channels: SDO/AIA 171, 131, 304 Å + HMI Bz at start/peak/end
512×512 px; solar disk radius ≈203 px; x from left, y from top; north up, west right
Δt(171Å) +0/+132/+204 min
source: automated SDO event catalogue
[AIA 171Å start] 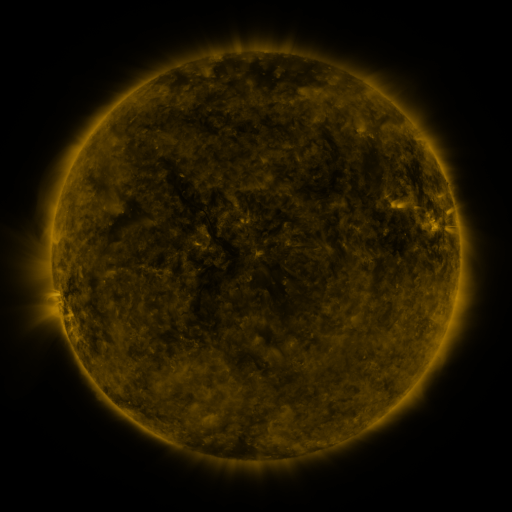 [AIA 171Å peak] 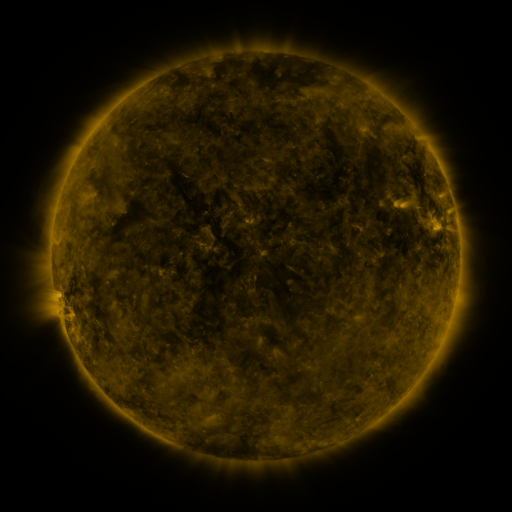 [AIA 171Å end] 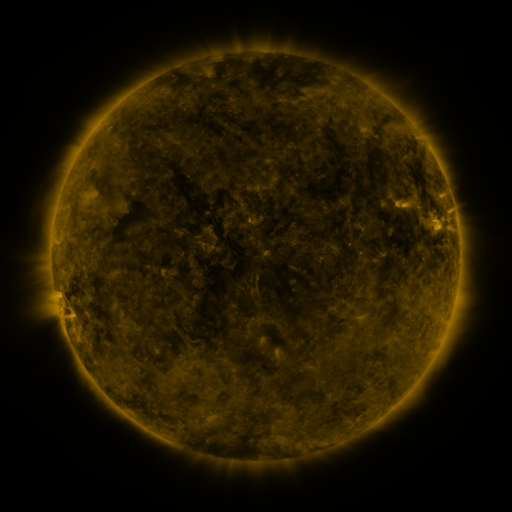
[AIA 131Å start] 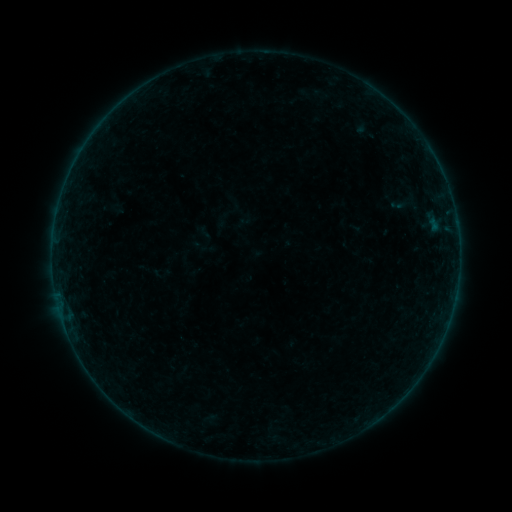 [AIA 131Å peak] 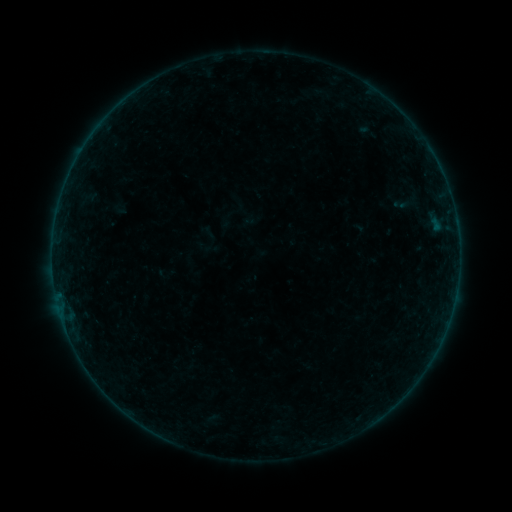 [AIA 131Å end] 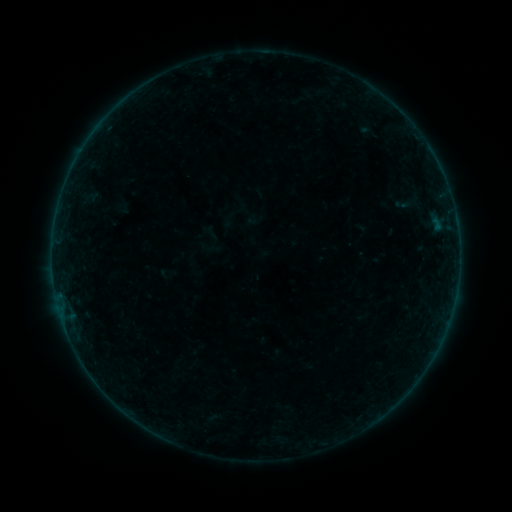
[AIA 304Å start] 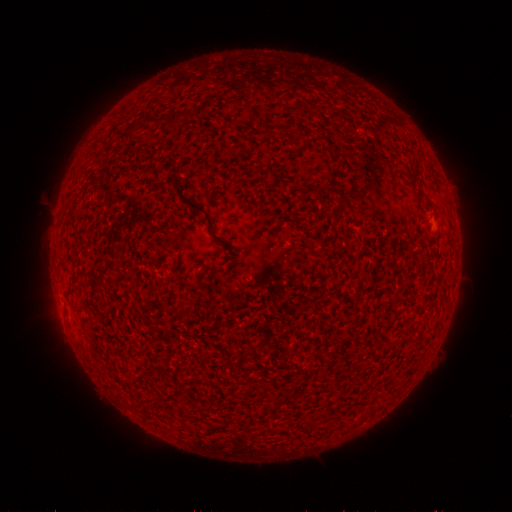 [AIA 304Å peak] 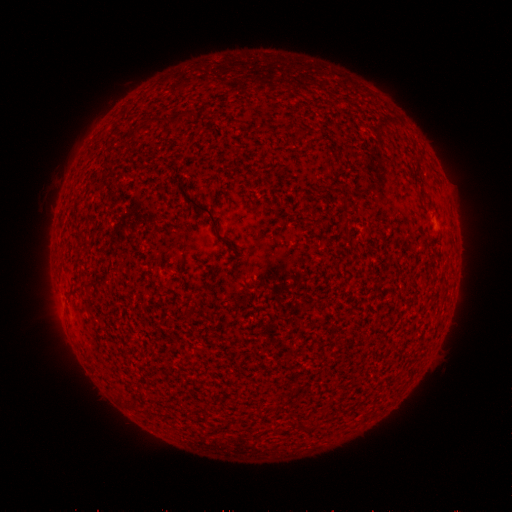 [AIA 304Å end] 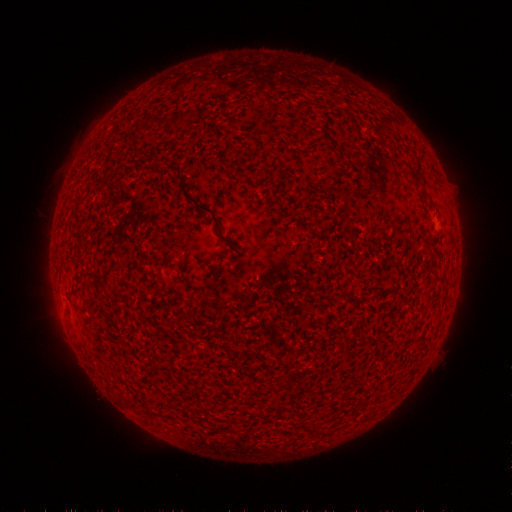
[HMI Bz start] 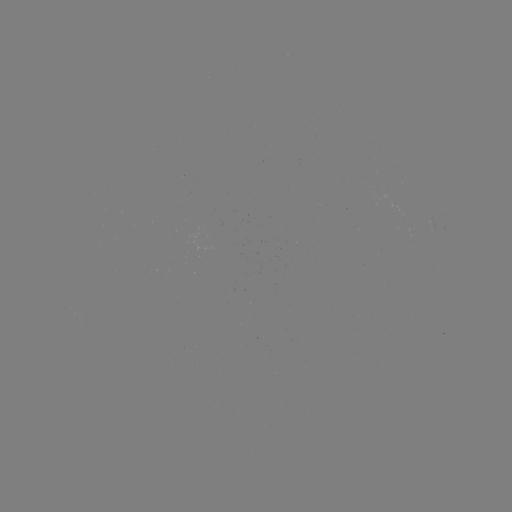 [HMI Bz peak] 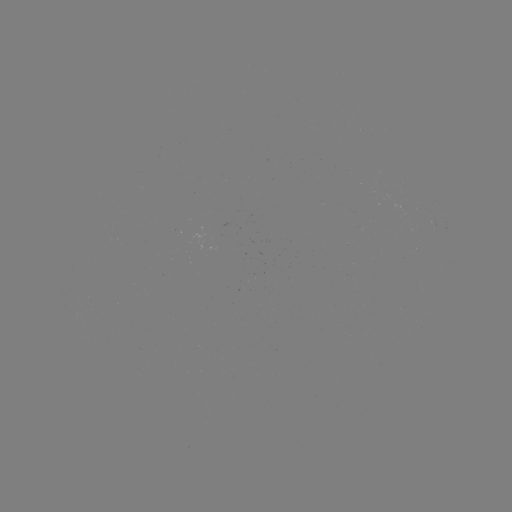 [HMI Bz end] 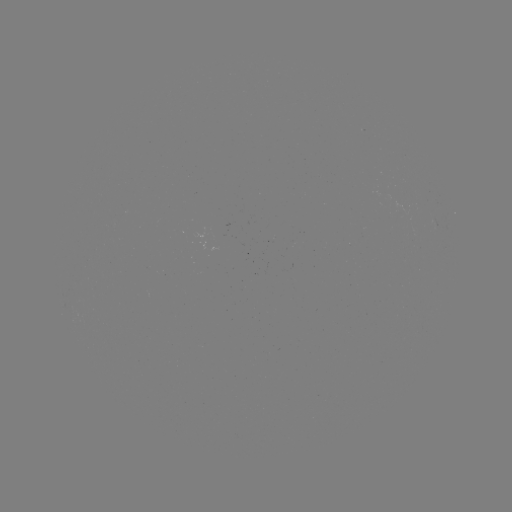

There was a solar flare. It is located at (53, 277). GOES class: B2.4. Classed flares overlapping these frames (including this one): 1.